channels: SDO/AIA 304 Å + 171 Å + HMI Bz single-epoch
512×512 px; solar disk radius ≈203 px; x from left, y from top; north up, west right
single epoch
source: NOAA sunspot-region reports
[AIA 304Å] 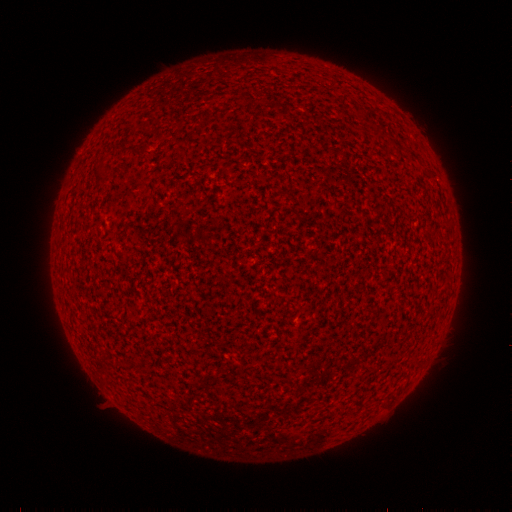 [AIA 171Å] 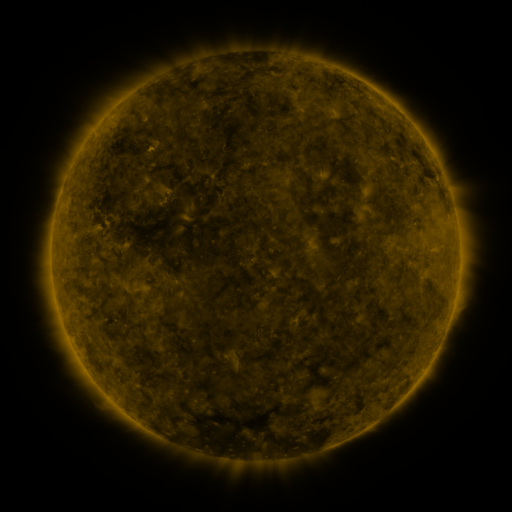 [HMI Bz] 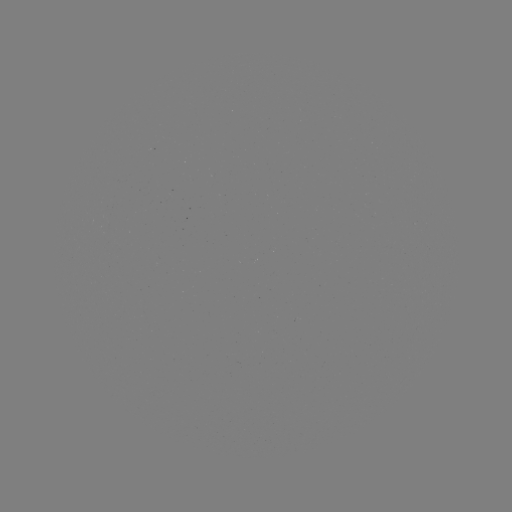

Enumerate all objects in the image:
(none)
